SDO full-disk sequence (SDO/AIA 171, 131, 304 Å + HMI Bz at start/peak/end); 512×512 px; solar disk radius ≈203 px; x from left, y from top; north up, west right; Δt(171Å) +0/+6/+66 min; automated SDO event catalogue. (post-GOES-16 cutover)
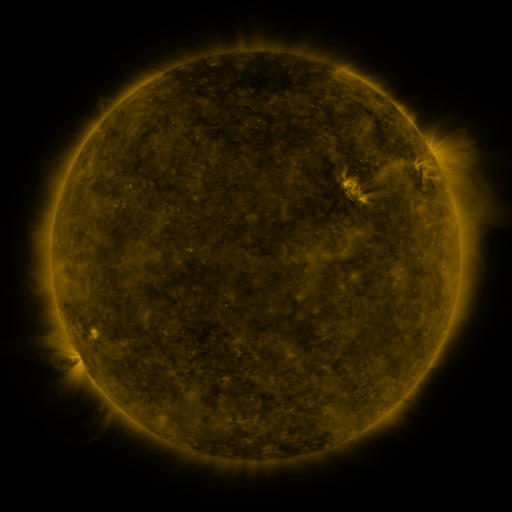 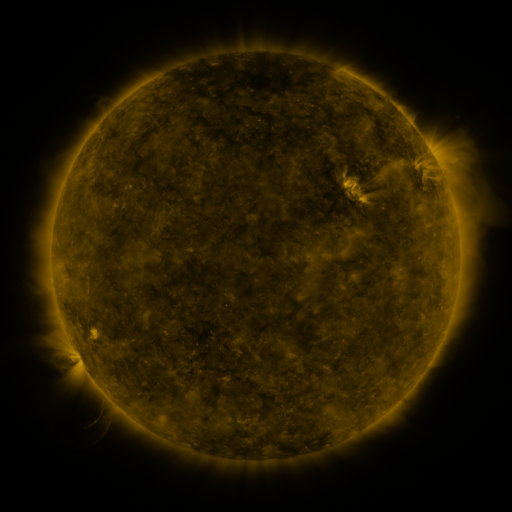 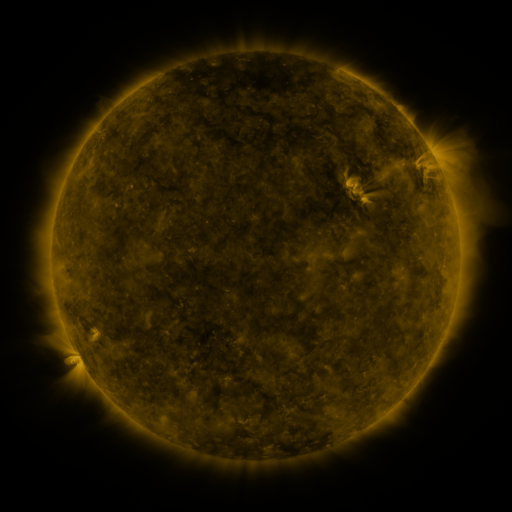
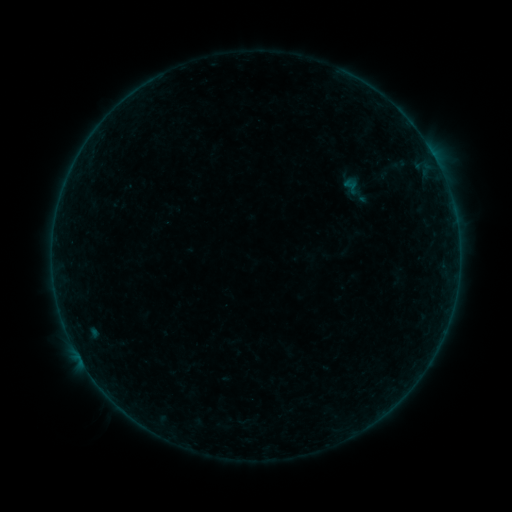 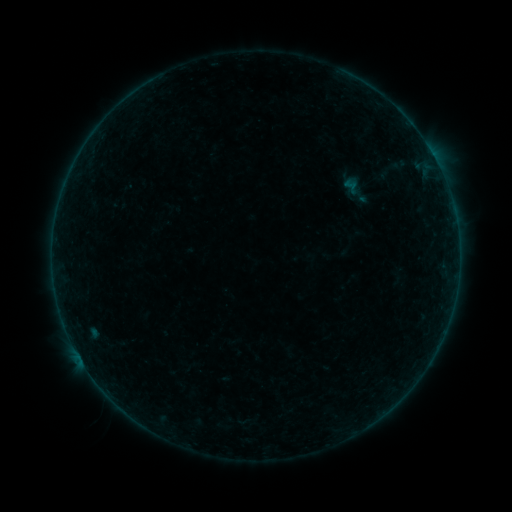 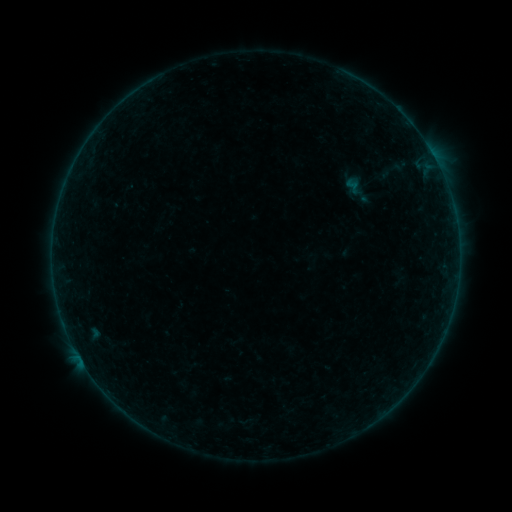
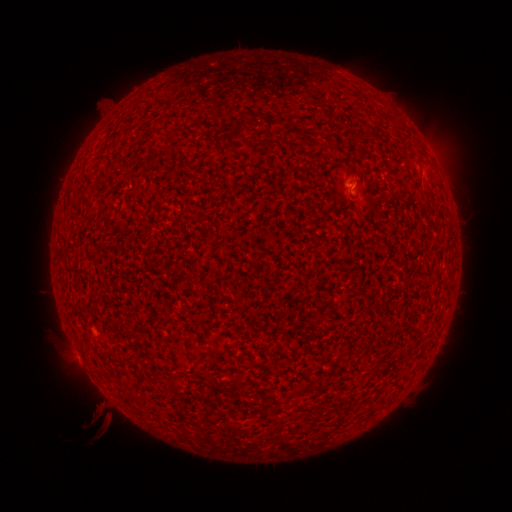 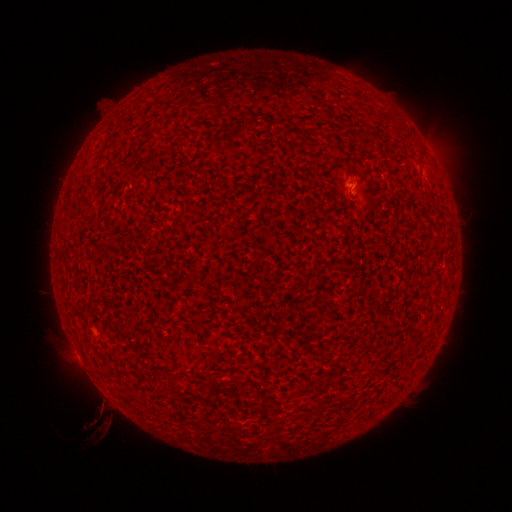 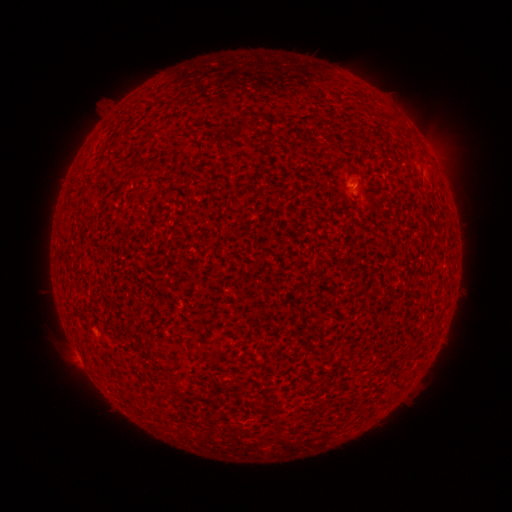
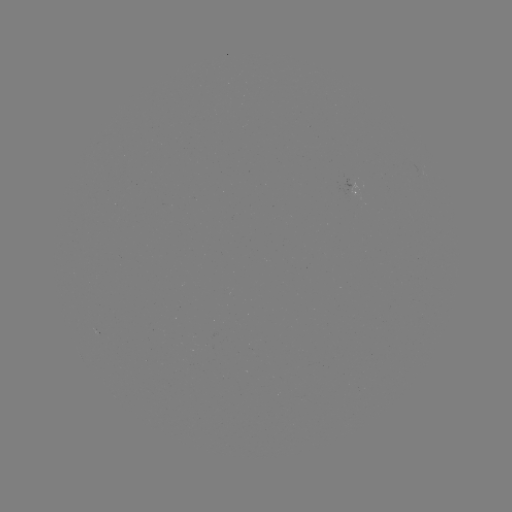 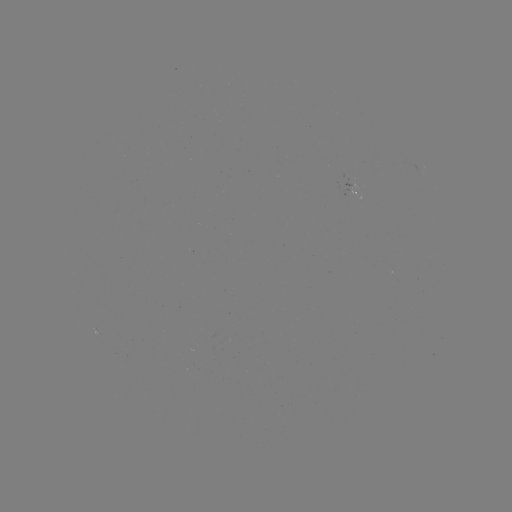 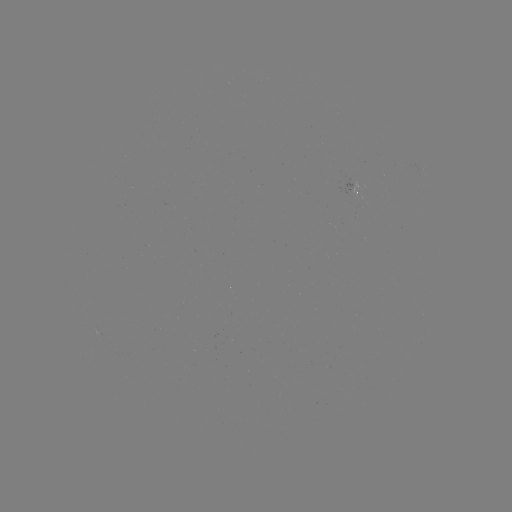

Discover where A9.7 flare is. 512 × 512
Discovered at [80, 358].